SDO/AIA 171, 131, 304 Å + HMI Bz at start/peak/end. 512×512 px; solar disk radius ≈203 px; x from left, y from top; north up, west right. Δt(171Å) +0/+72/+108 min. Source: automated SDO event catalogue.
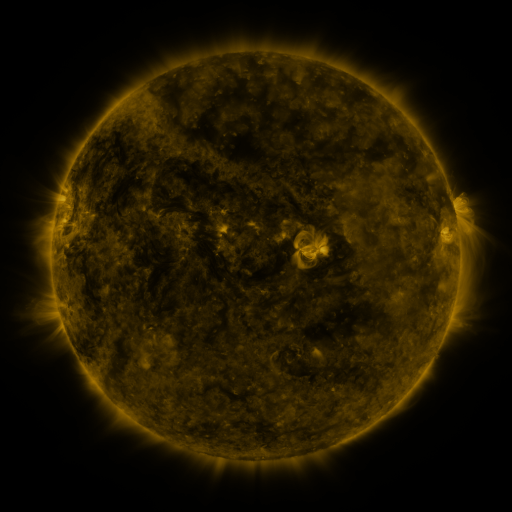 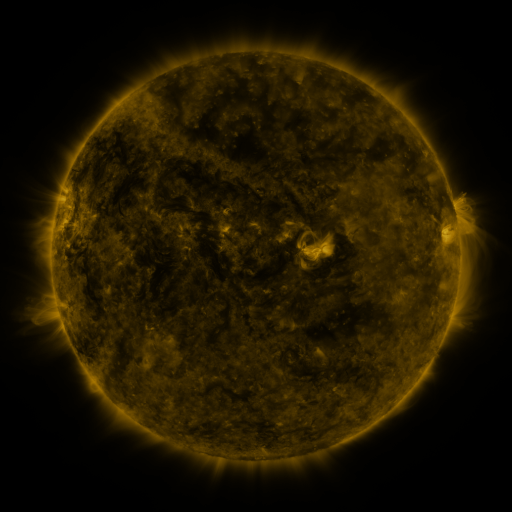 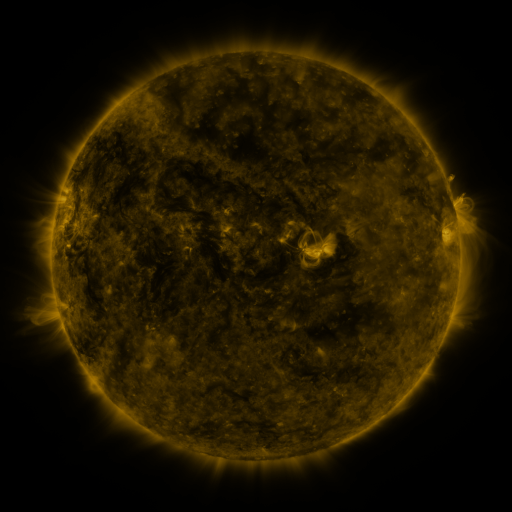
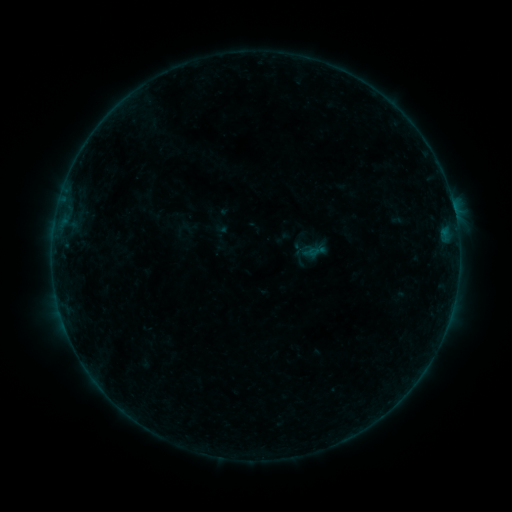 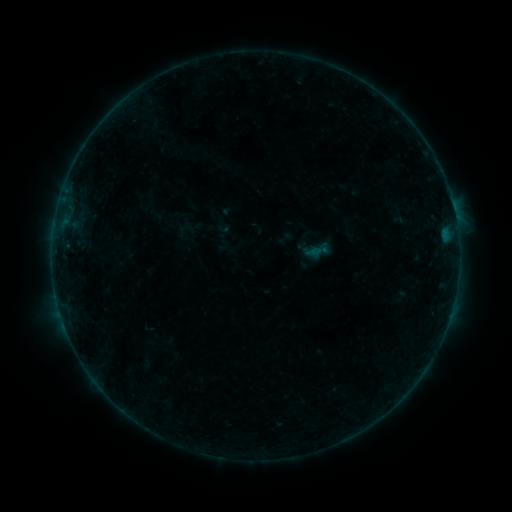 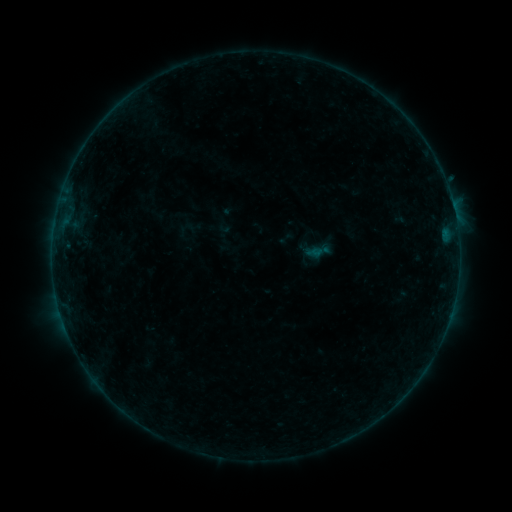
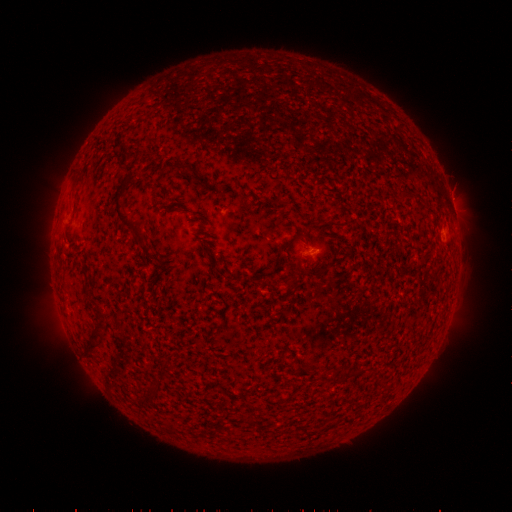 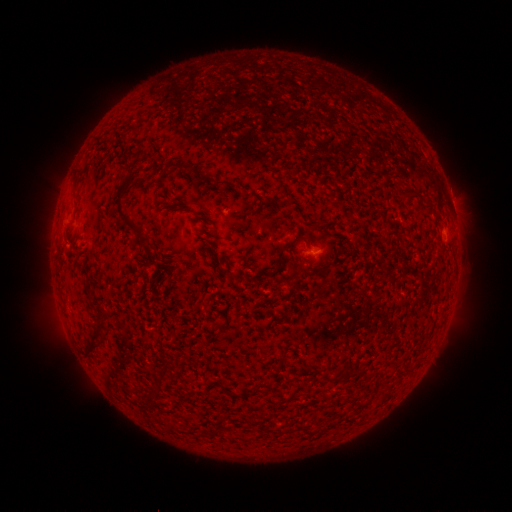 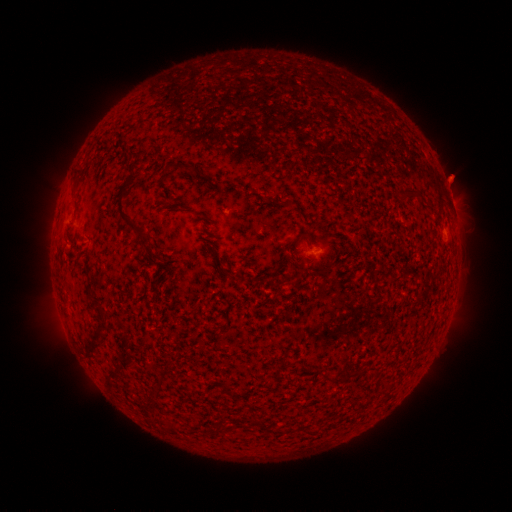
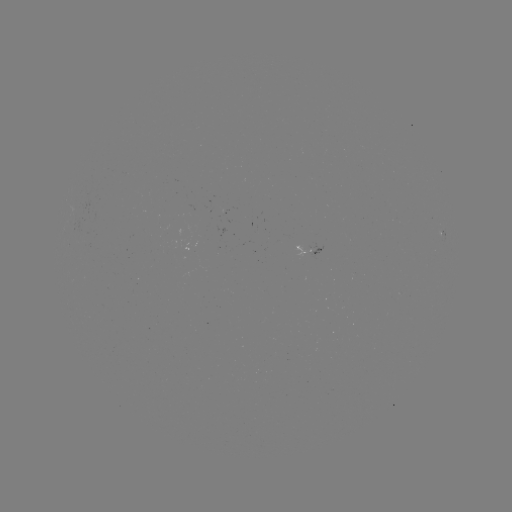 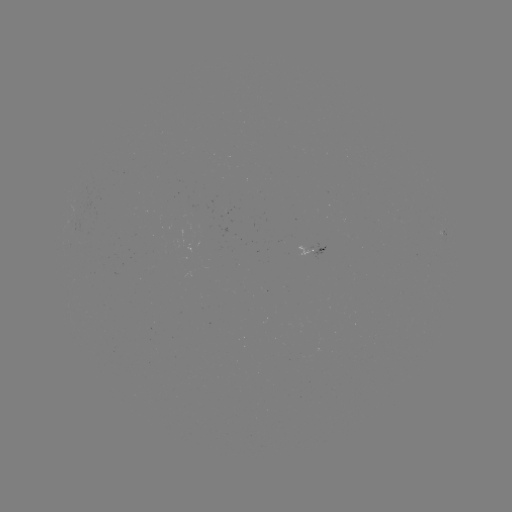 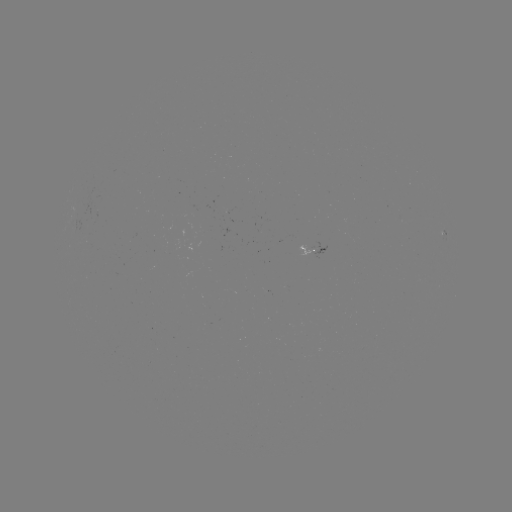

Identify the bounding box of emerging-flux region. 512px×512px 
[298, 246, 314, 254].